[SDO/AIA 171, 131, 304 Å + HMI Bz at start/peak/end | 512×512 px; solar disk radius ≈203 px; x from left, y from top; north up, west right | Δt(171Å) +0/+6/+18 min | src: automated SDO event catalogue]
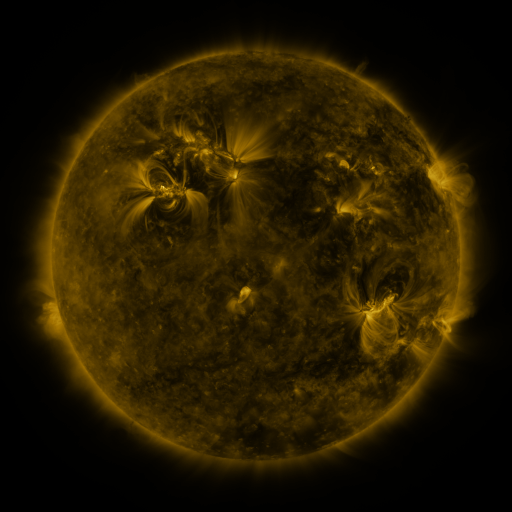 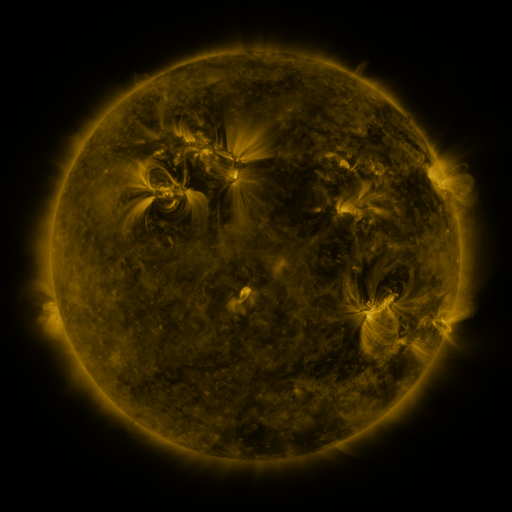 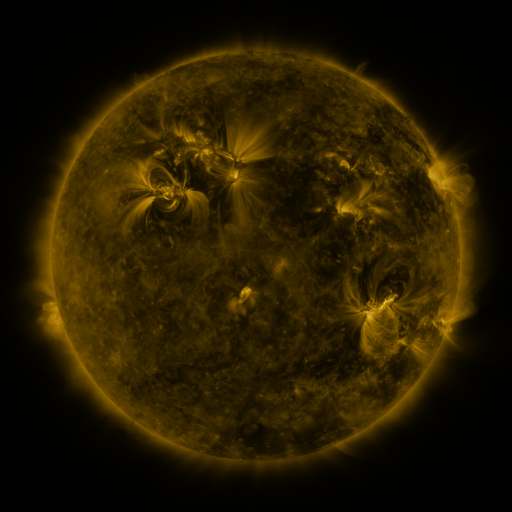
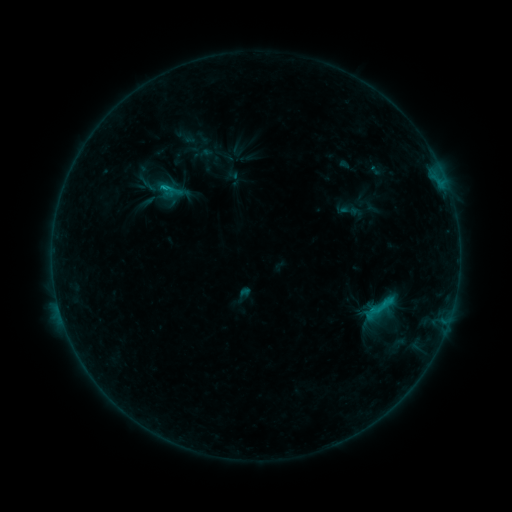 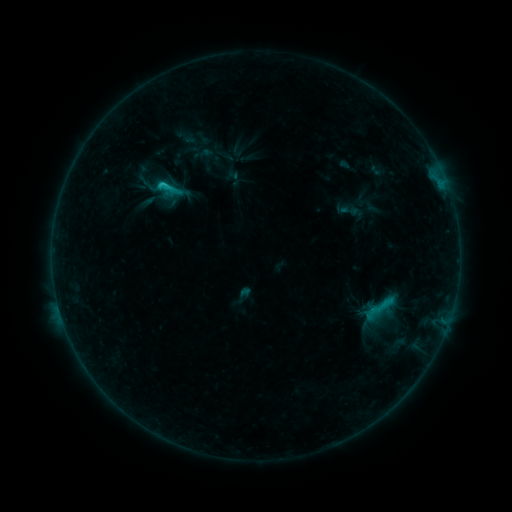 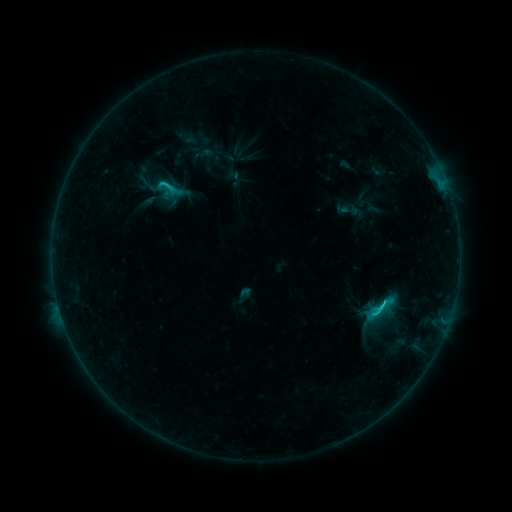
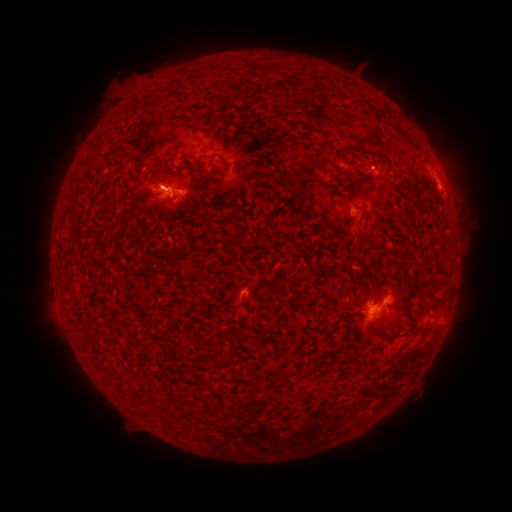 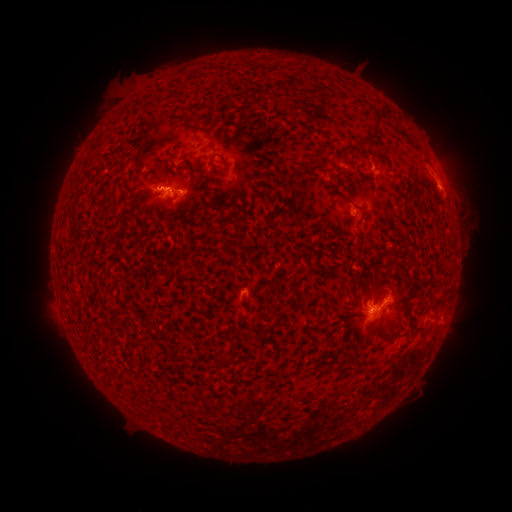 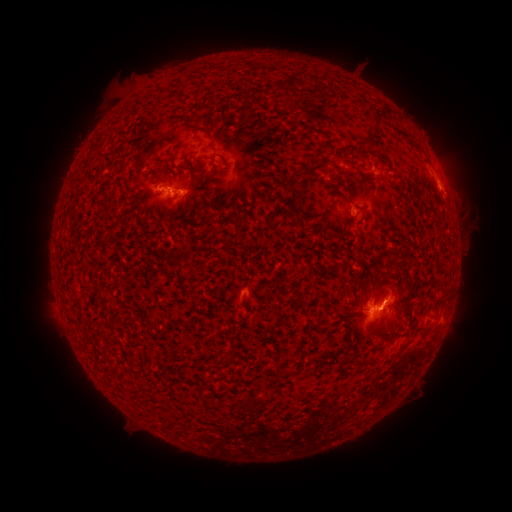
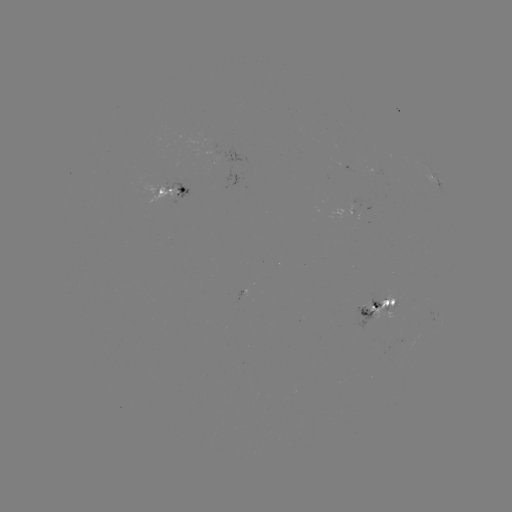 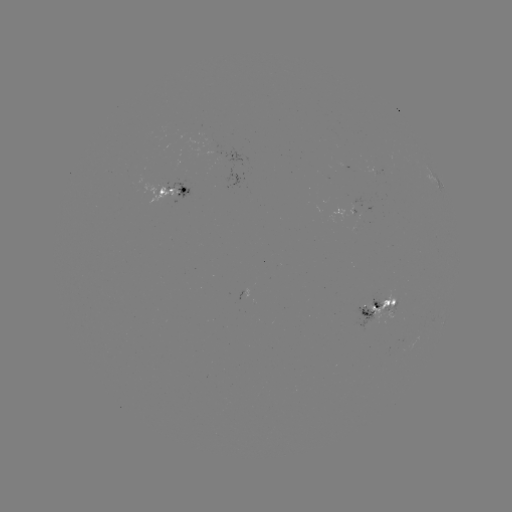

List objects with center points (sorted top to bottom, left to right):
C2.3 flare: (168, 188)
